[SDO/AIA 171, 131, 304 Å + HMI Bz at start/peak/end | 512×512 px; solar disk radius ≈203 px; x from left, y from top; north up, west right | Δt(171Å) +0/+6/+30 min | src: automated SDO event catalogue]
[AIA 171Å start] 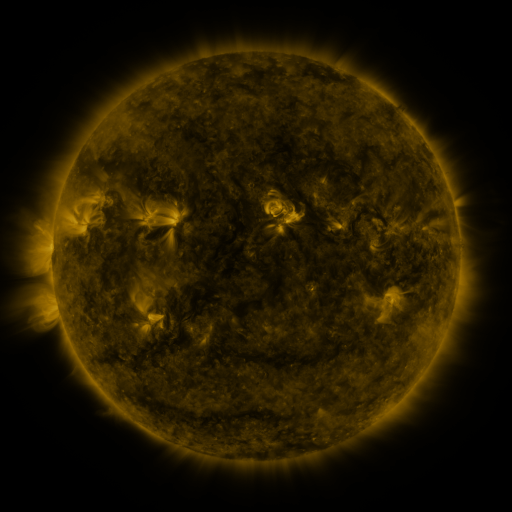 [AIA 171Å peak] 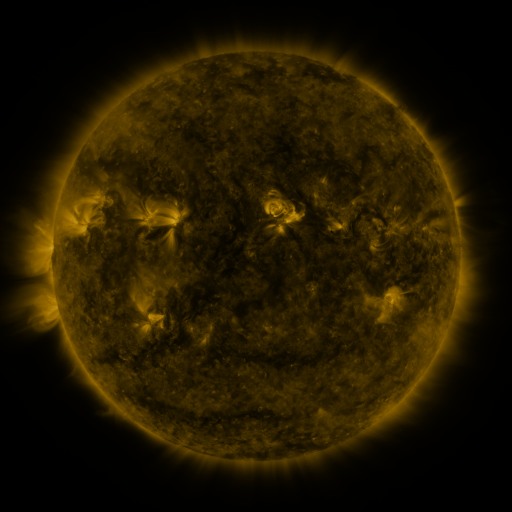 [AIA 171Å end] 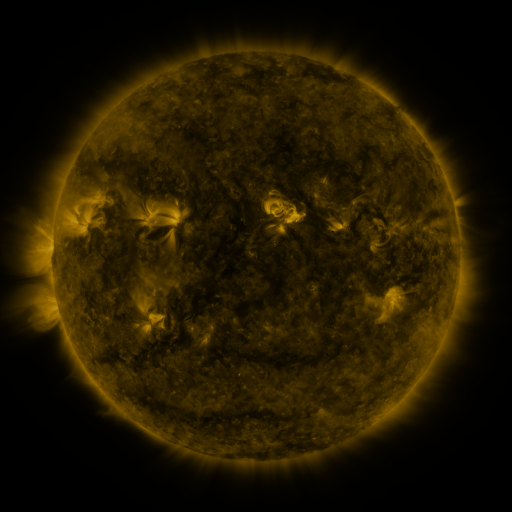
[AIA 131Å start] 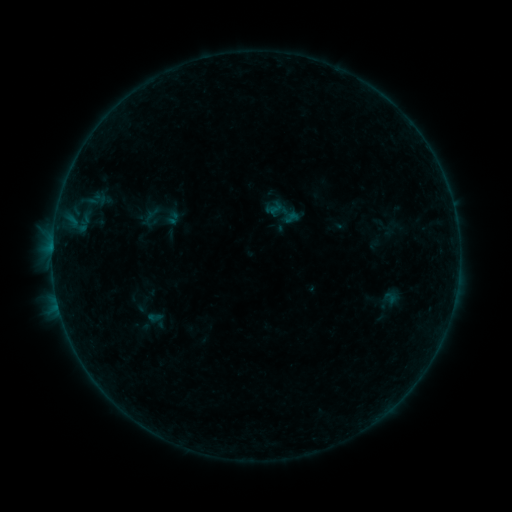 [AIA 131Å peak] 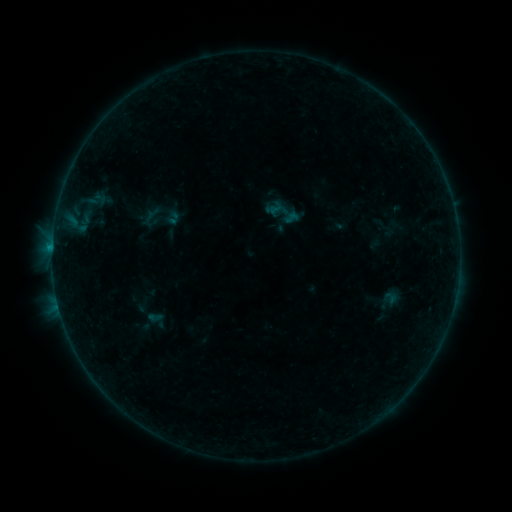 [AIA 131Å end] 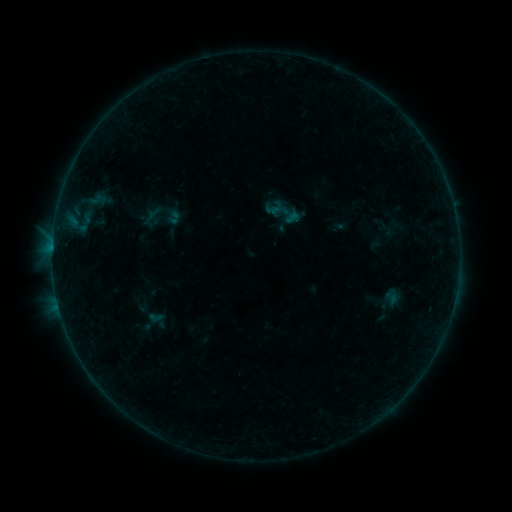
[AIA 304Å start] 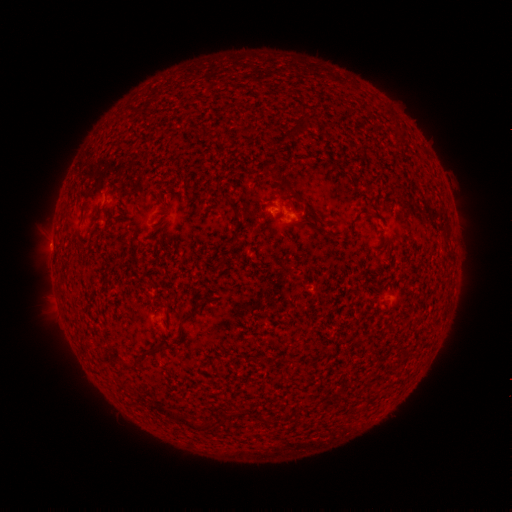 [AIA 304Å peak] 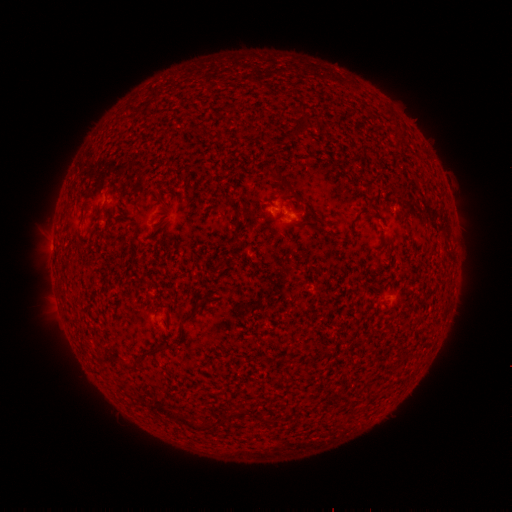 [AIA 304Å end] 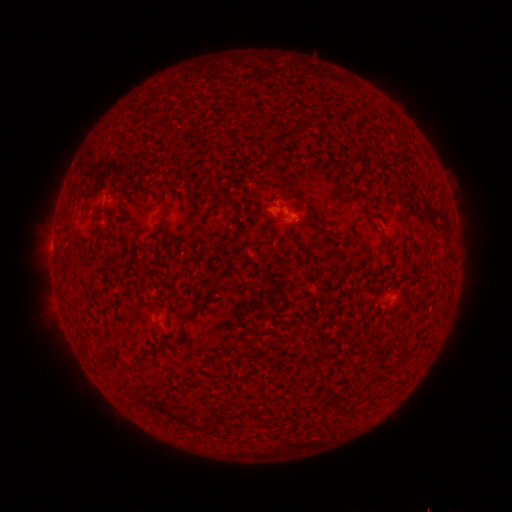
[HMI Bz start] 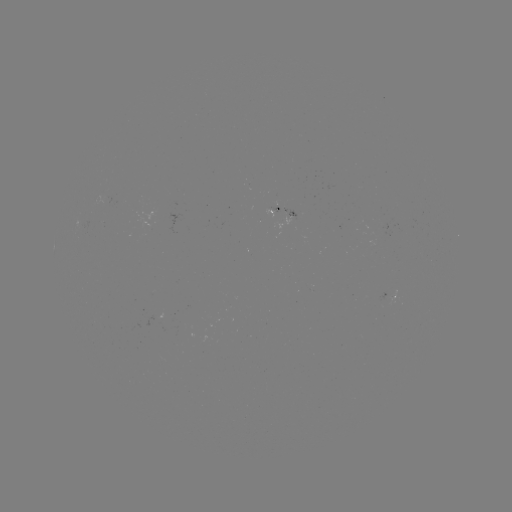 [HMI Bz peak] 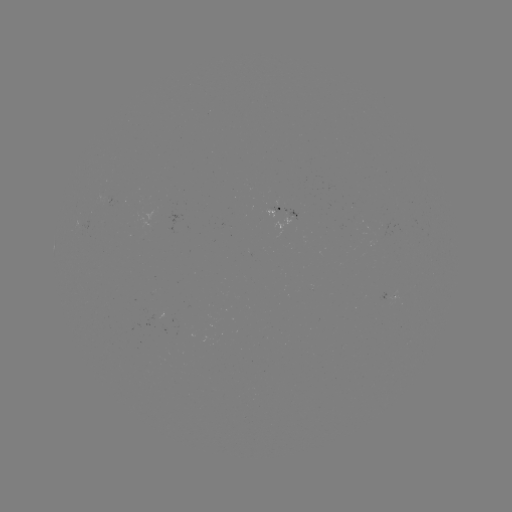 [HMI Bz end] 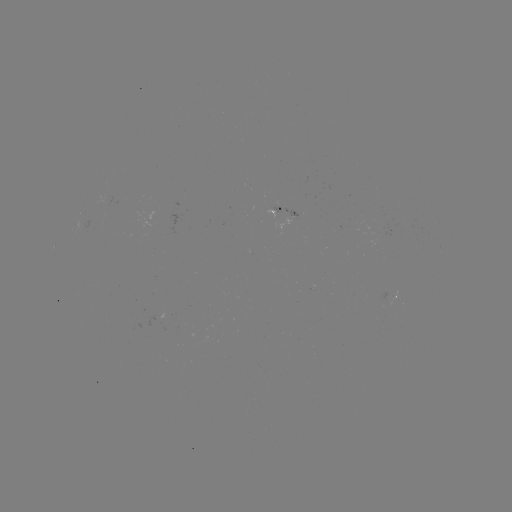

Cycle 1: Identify B1.8 flare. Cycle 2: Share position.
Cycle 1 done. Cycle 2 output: [52, 249].